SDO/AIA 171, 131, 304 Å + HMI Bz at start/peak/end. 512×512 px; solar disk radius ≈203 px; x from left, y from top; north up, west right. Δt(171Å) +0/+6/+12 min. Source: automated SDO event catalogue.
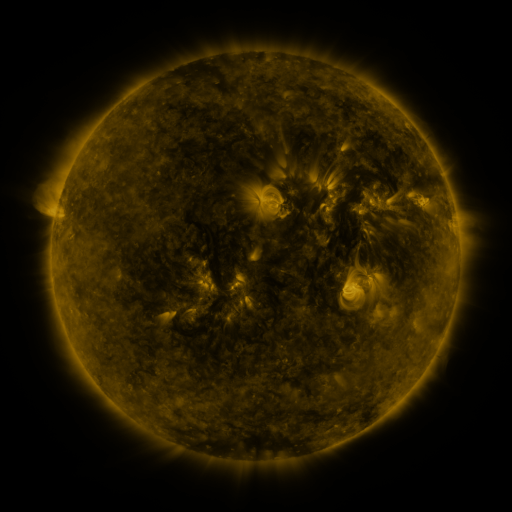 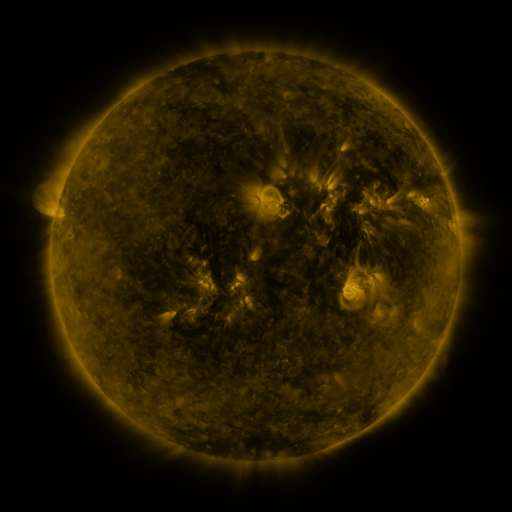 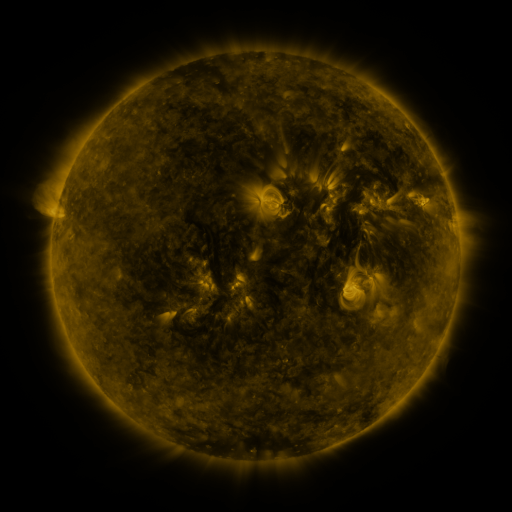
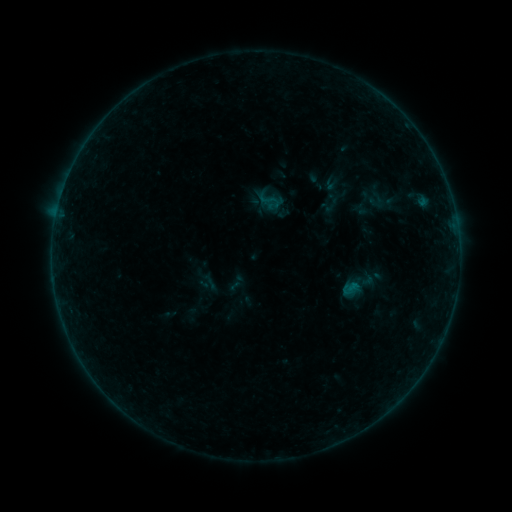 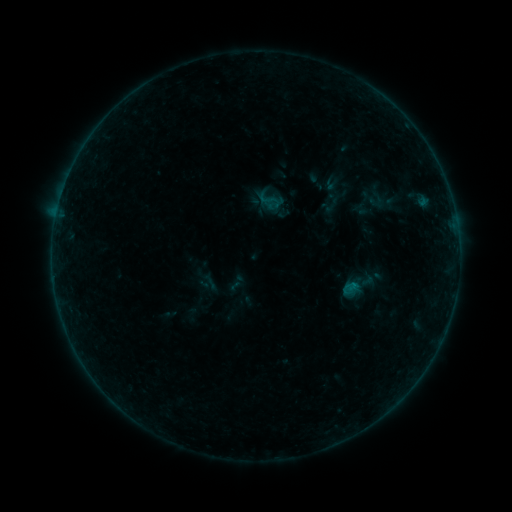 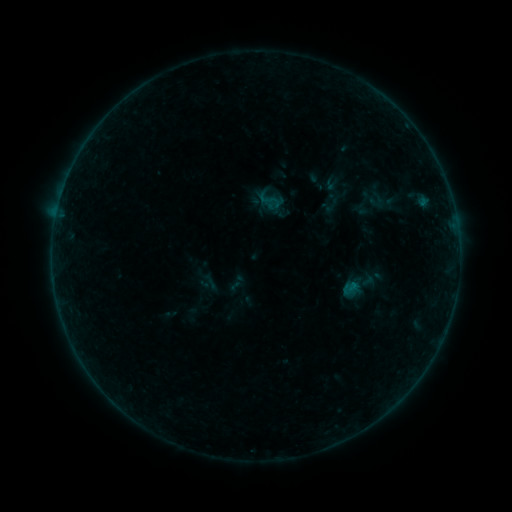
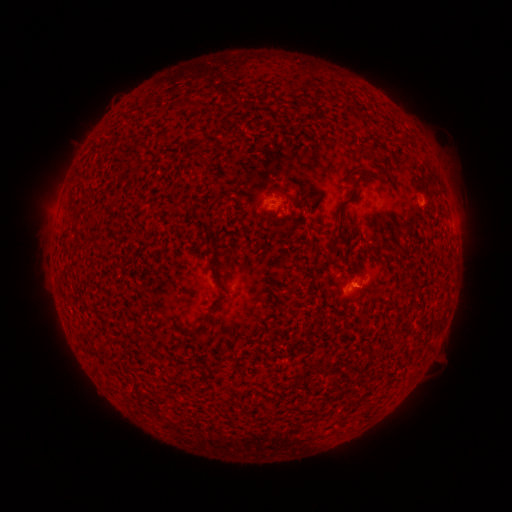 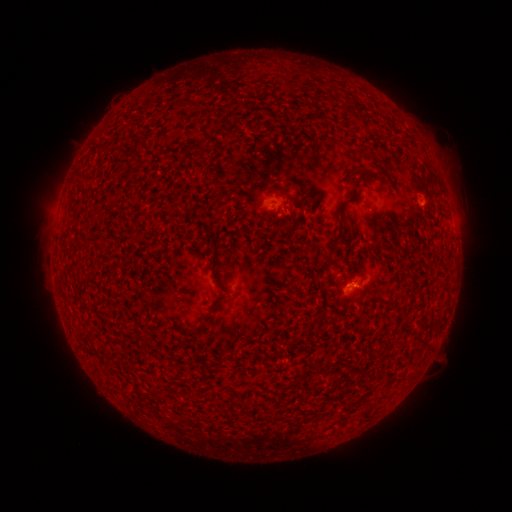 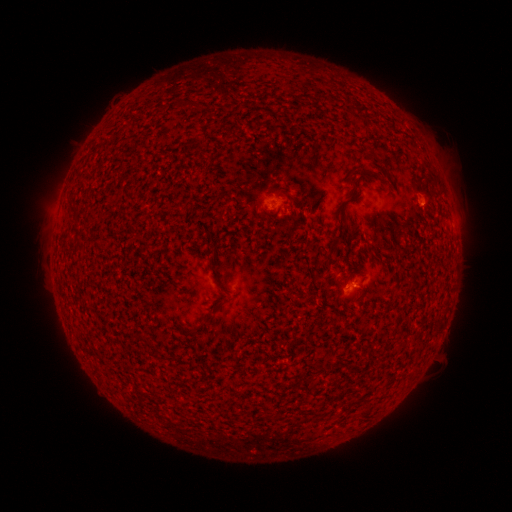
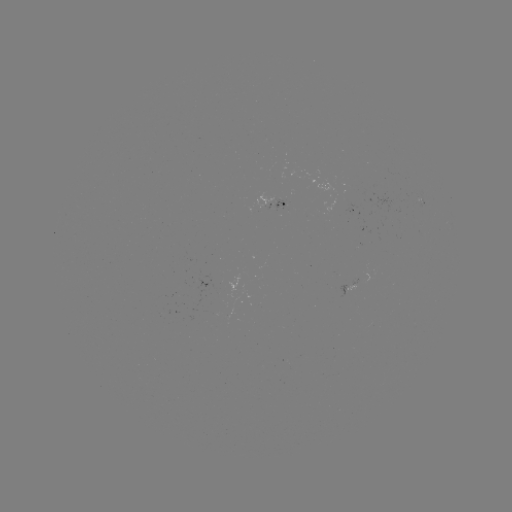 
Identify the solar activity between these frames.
B1.2 flare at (350, 282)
